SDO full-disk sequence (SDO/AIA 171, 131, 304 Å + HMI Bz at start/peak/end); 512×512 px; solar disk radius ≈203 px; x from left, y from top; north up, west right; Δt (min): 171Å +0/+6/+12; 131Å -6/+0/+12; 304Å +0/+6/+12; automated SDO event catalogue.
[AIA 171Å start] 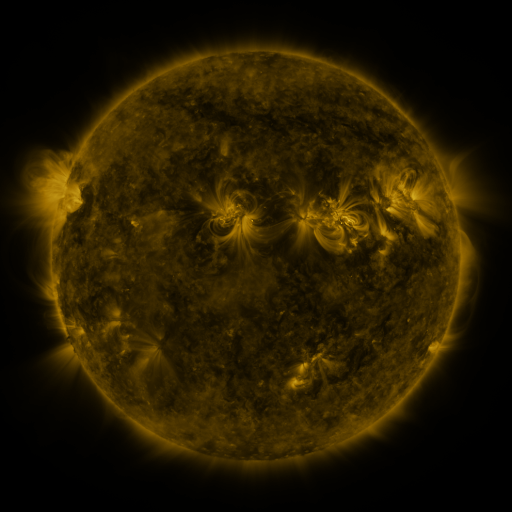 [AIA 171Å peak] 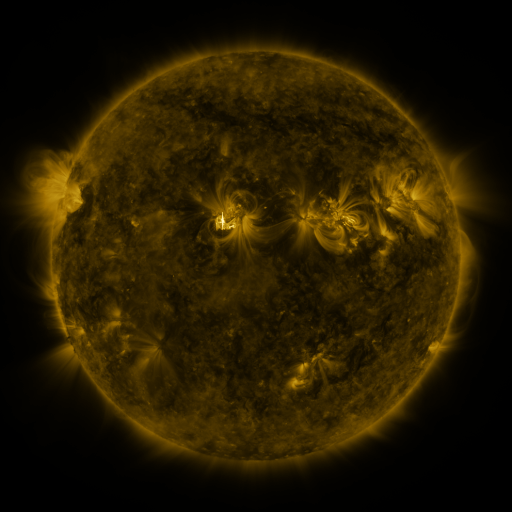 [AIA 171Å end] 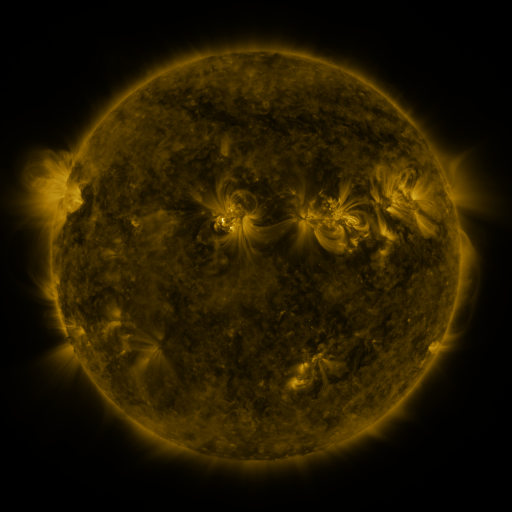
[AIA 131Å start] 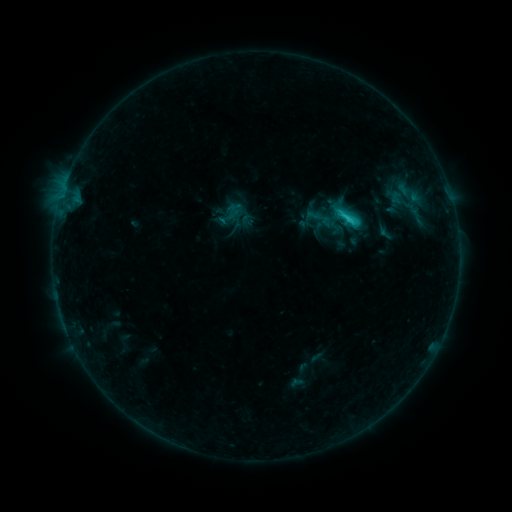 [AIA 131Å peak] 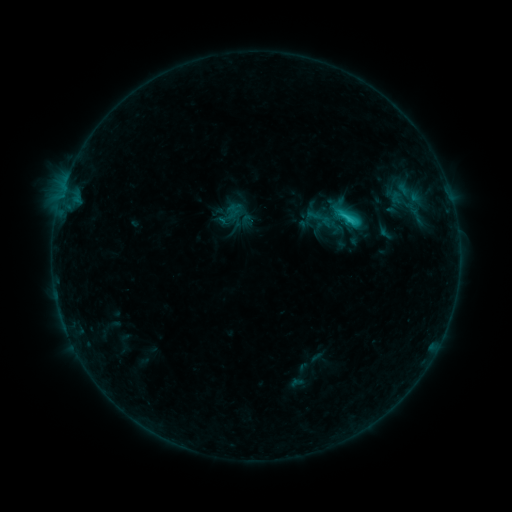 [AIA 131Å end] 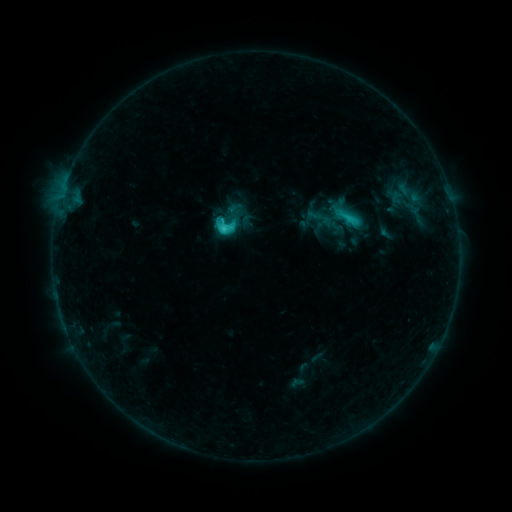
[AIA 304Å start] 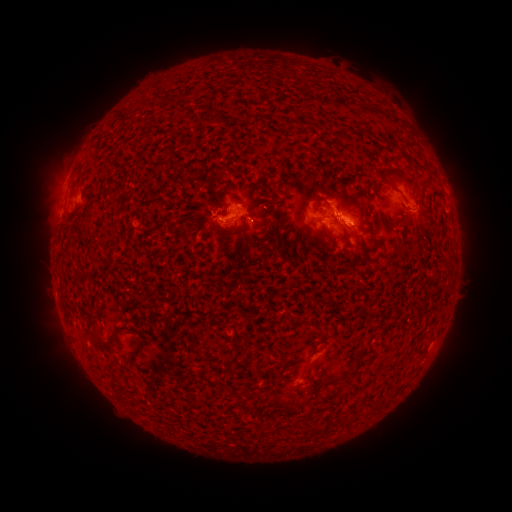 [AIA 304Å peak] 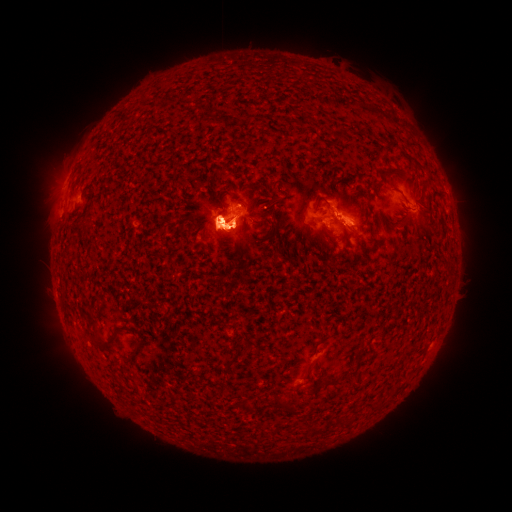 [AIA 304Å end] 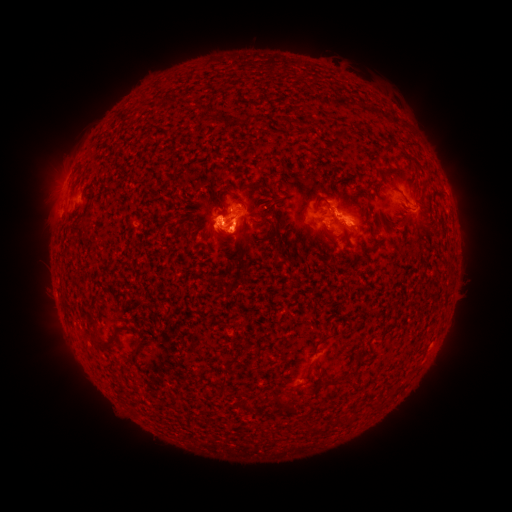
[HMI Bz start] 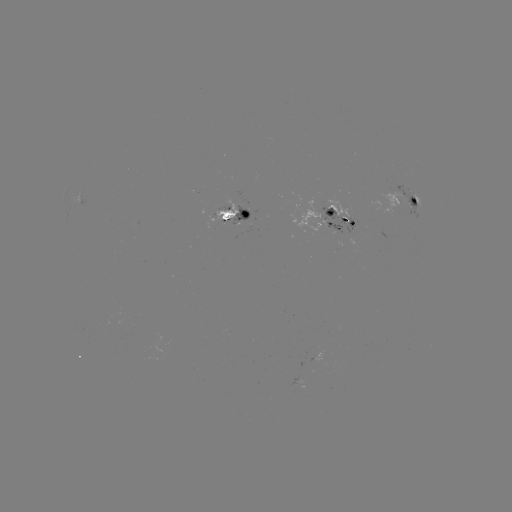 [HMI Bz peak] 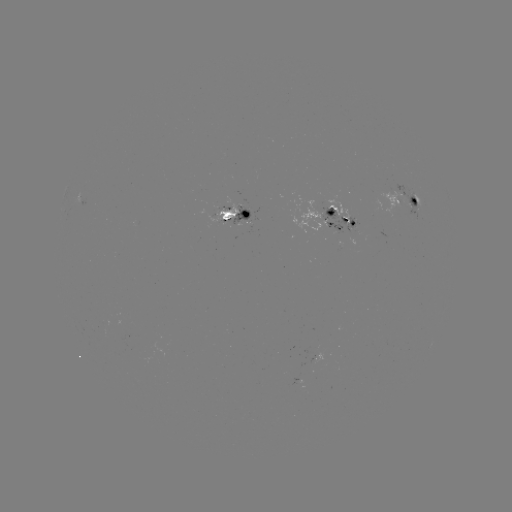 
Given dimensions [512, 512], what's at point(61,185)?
eruption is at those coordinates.